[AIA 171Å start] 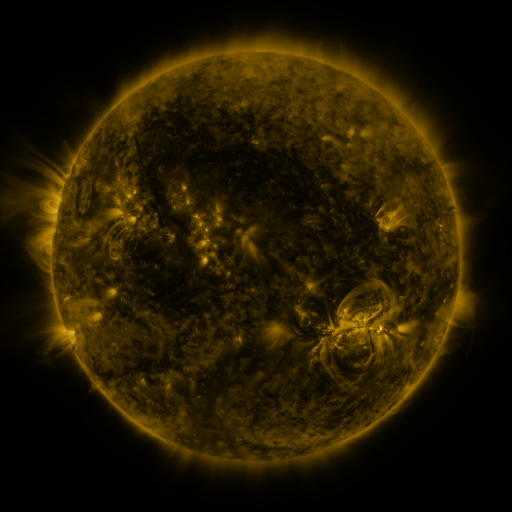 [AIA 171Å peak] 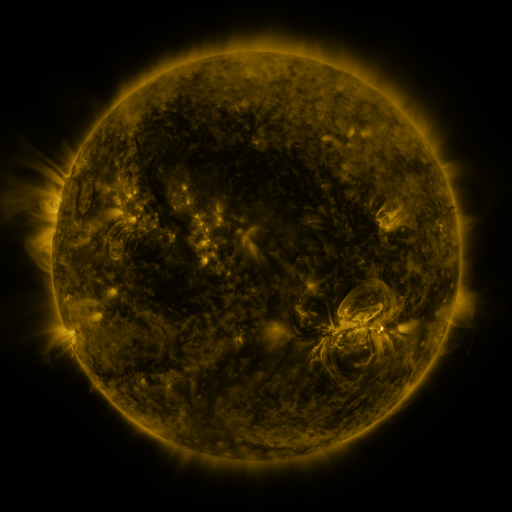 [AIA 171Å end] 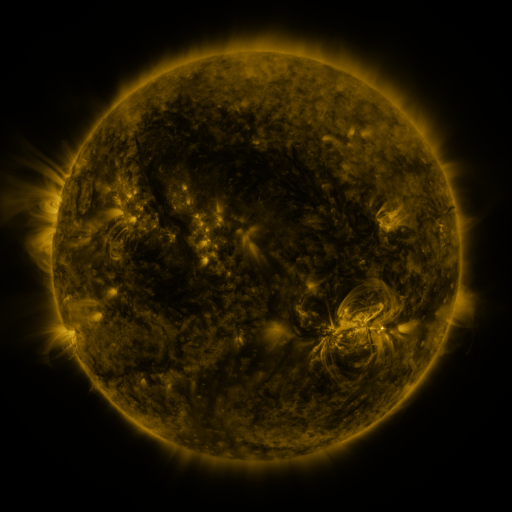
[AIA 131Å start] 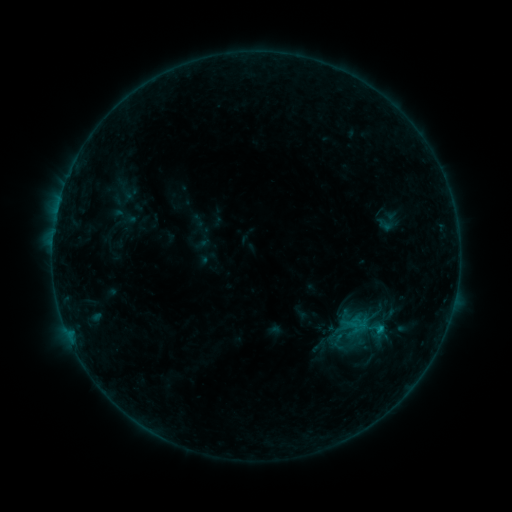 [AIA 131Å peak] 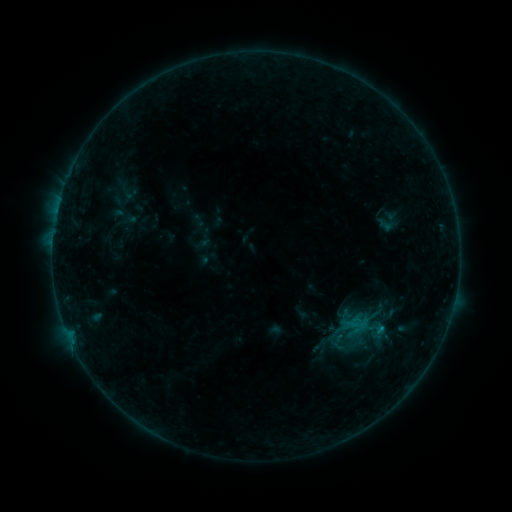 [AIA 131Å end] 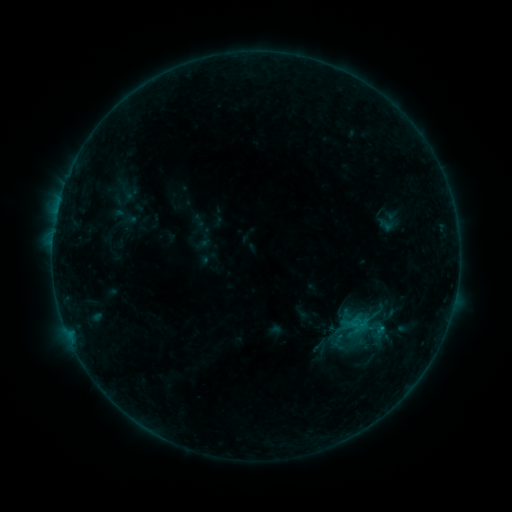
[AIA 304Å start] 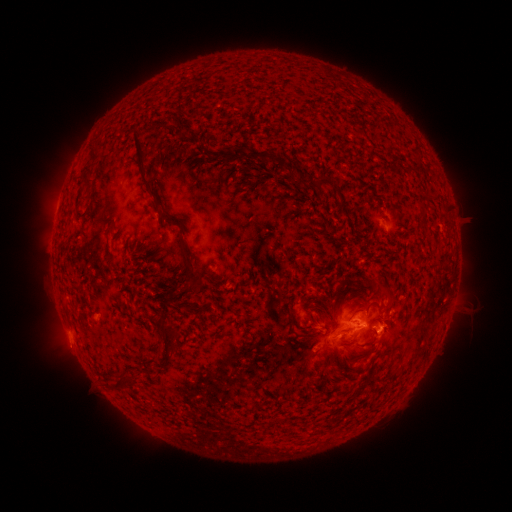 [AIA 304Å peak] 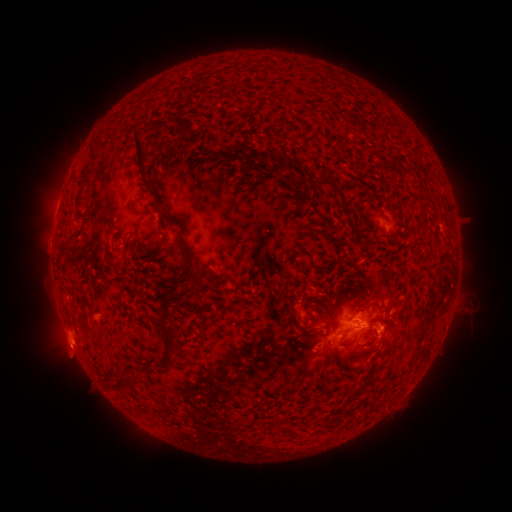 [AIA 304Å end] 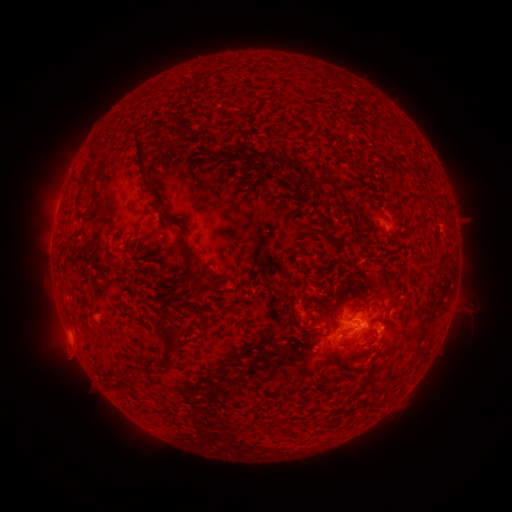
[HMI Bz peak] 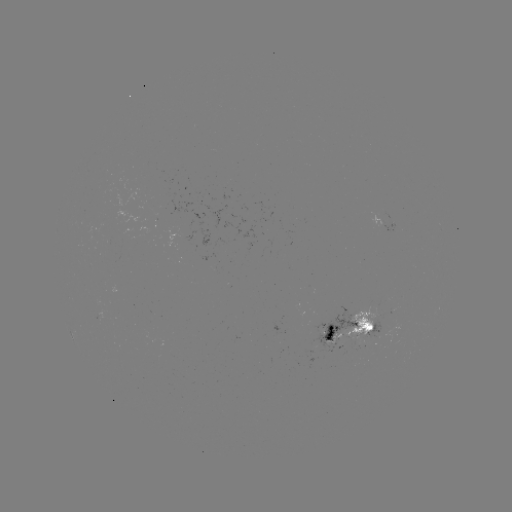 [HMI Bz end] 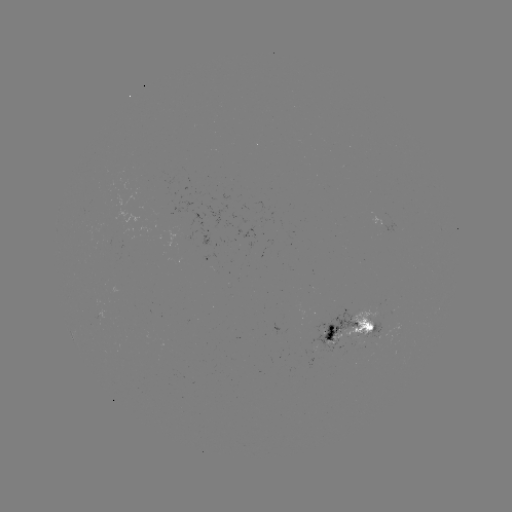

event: eruption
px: (70, 346)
